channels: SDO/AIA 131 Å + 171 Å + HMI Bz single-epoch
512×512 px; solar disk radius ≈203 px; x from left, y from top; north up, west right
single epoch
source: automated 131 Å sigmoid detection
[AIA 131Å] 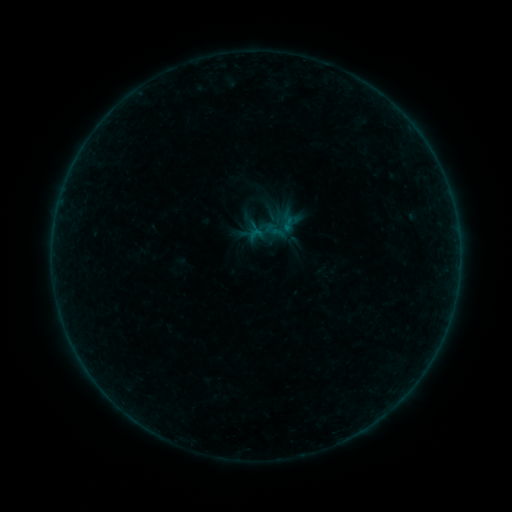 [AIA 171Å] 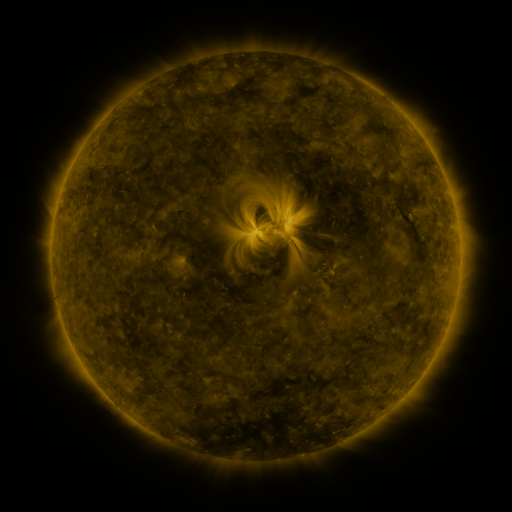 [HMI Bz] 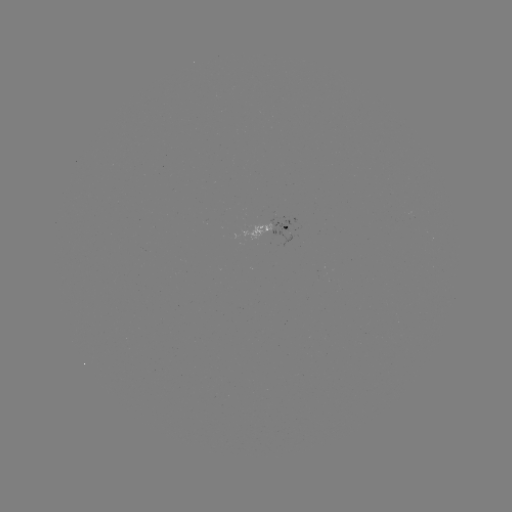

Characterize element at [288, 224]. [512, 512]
sigmoid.